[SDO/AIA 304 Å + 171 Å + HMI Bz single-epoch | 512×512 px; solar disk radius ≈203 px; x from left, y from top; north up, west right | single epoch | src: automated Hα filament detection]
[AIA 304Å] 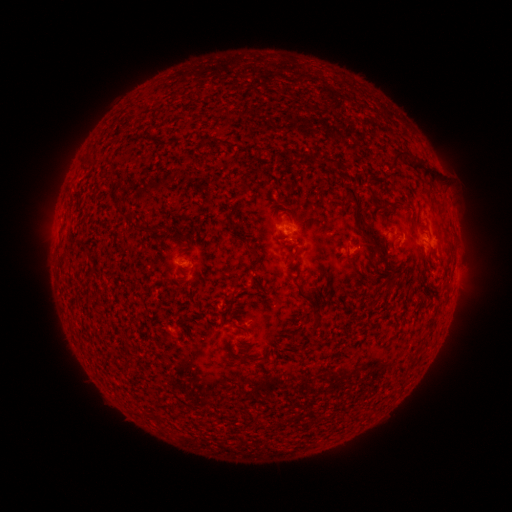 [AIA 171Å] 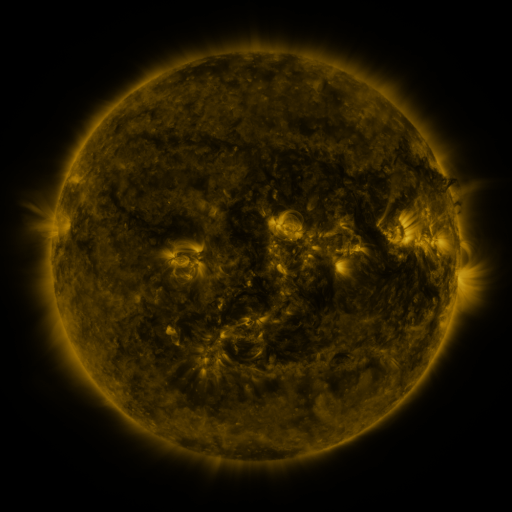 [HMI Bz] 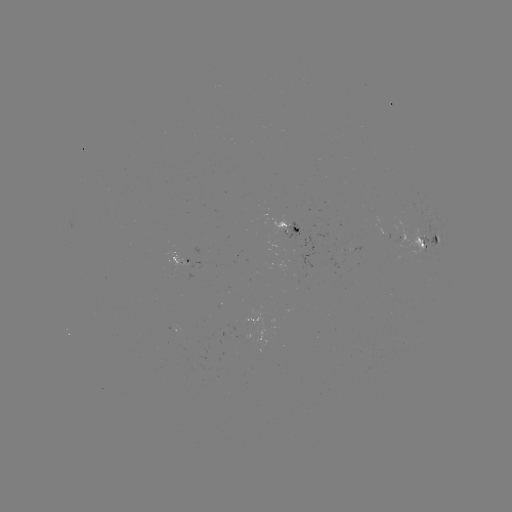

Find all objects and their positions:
filament: (389, 149, 401, 165)
filament: (344, 186, 360, 204)
filament: (245, 244, 257, 254)
filament: (290, 250, 298, 260)
filament: (297, 285, 311, 300)
